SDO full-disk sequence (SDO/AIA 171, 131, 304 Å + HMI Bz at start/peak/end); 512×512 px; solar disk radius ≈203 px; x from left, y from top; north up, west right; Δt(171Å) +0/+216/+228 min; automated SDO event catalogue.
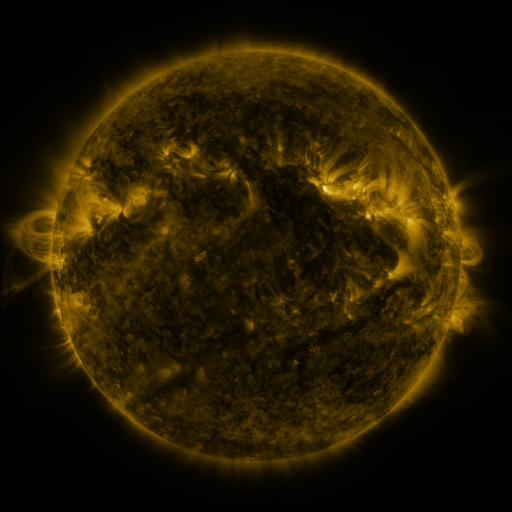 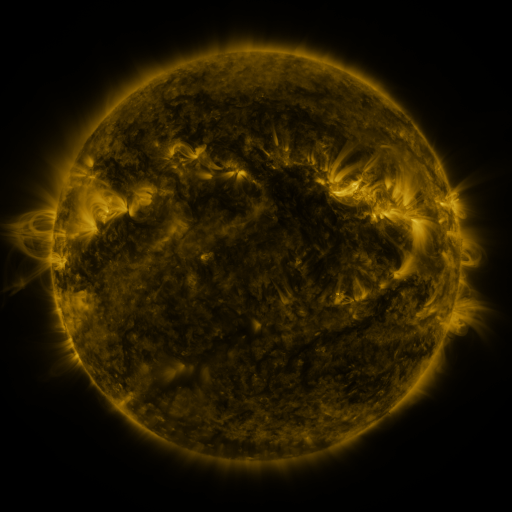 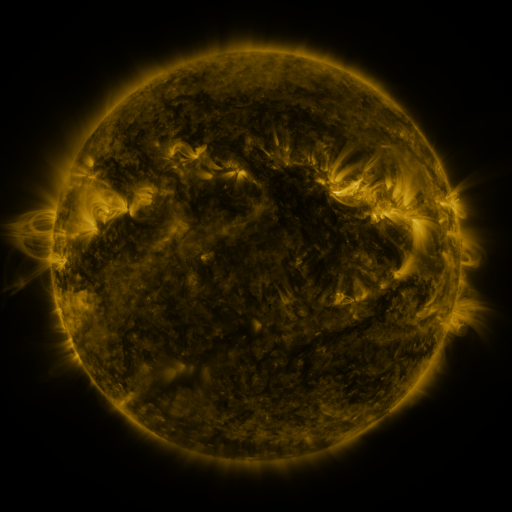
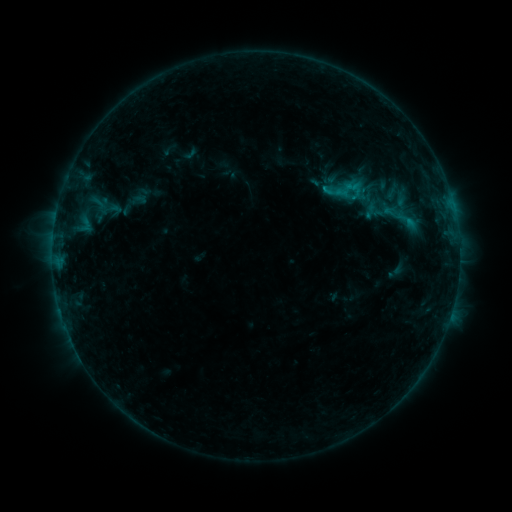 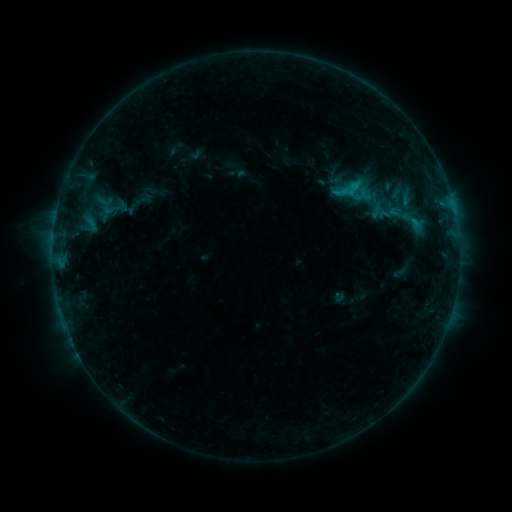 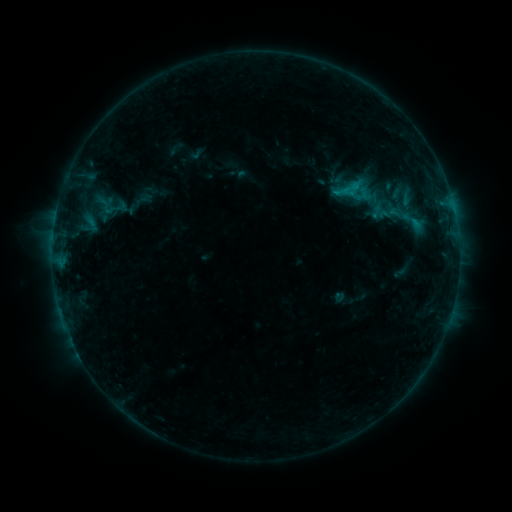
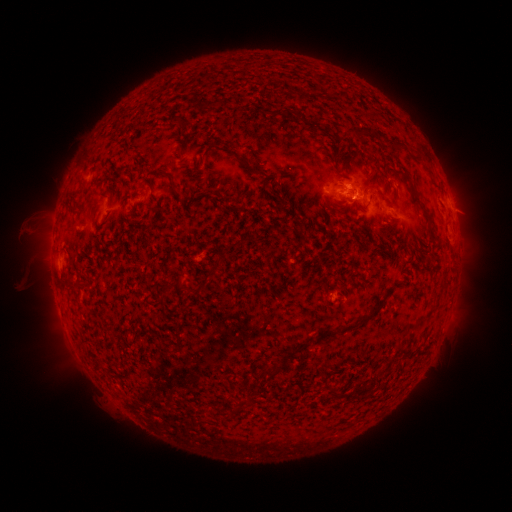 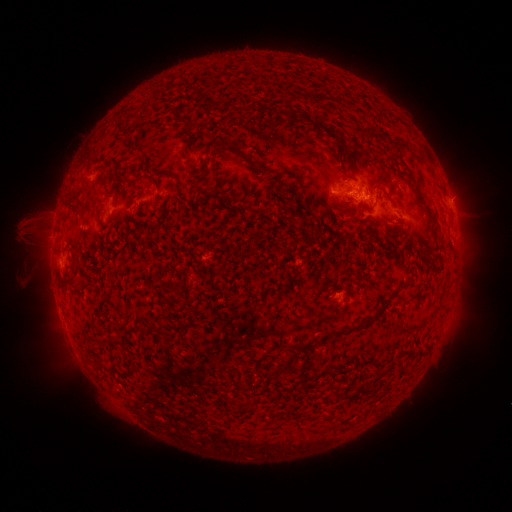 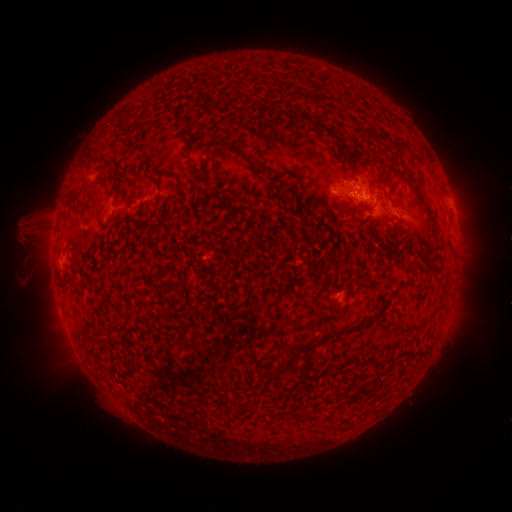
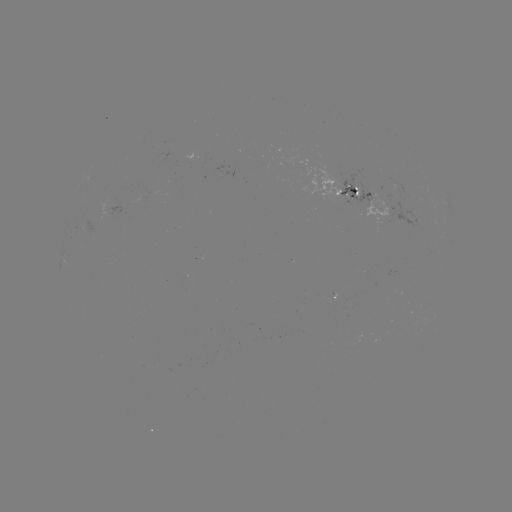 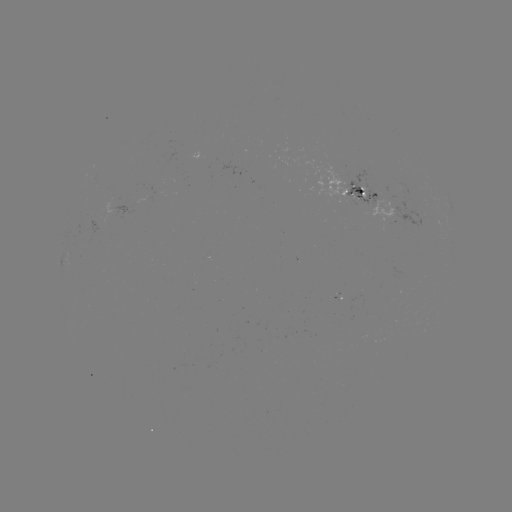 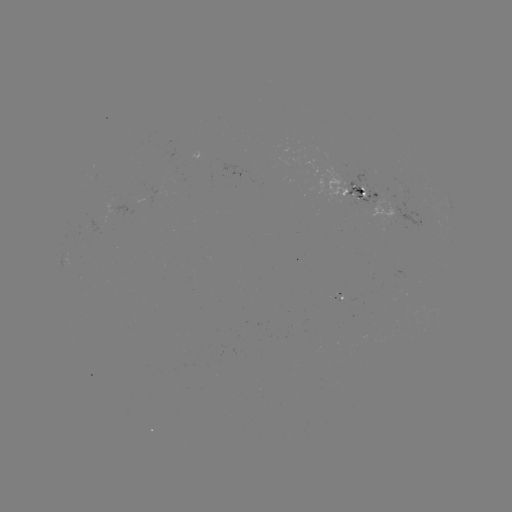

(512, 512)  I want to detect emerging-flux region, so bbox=[340, 167, 383, 210].